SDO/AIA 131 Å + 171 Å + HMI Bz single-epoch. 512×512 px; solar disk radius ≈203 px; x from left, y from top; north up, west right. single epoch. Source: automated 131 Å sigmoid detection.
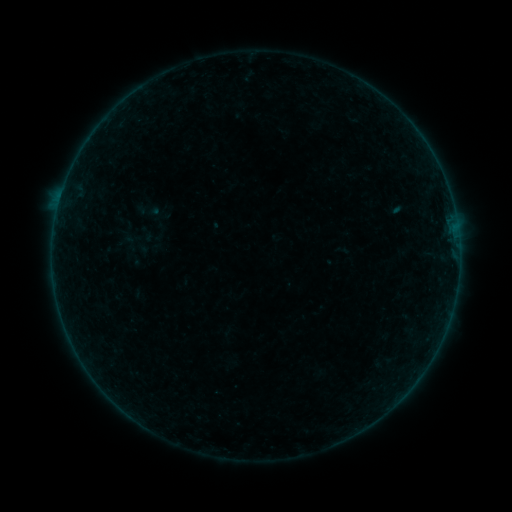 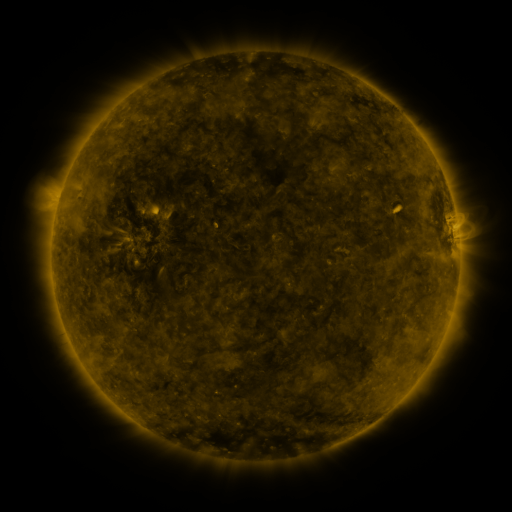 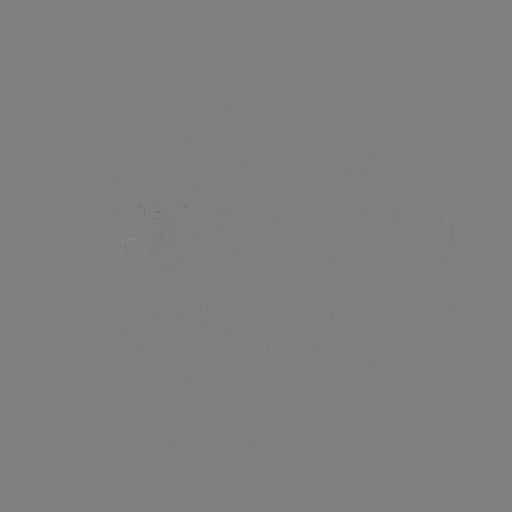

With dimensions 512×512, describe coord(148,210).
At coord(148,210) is sigmoid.